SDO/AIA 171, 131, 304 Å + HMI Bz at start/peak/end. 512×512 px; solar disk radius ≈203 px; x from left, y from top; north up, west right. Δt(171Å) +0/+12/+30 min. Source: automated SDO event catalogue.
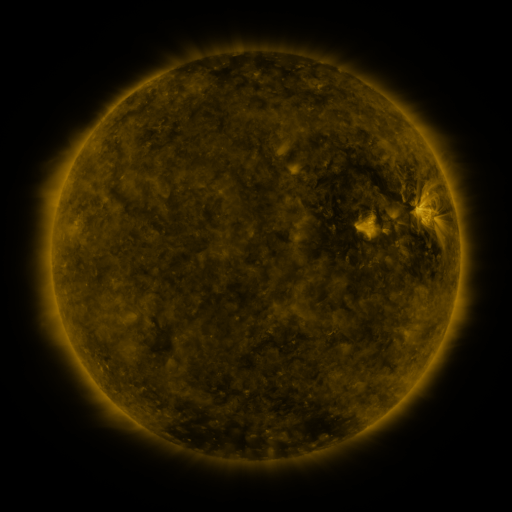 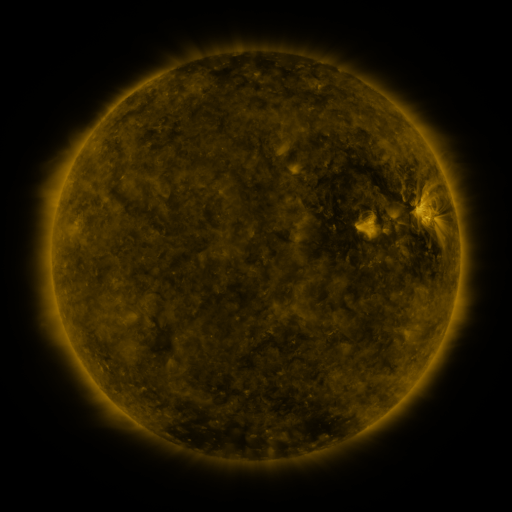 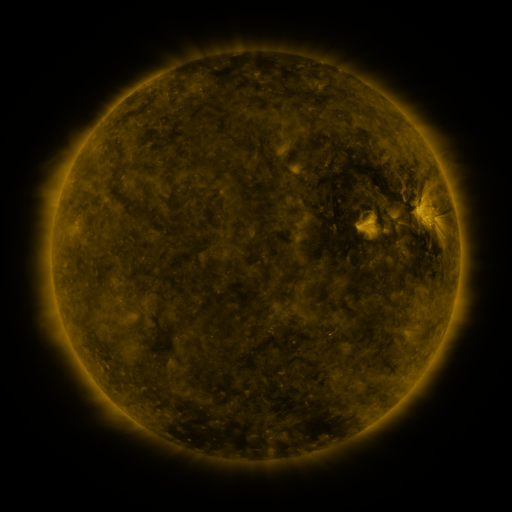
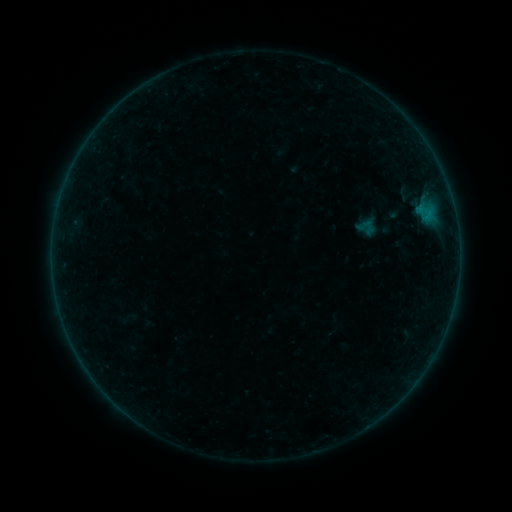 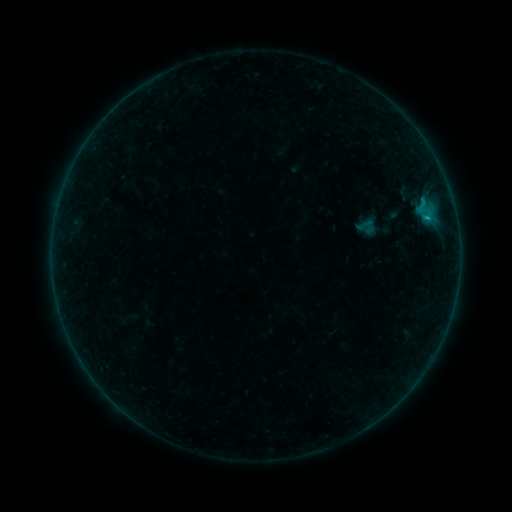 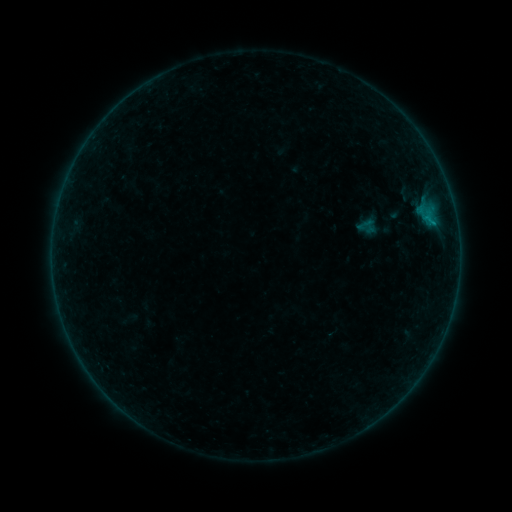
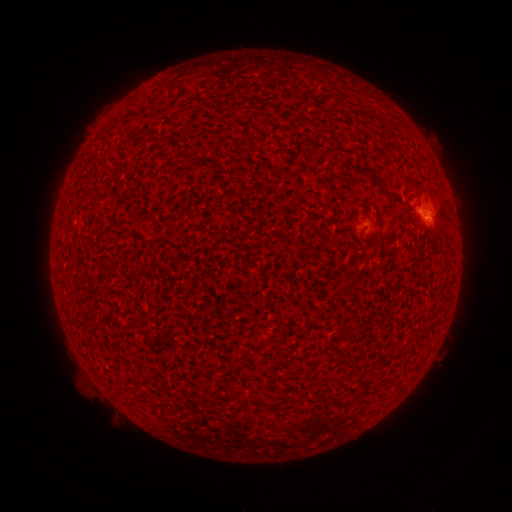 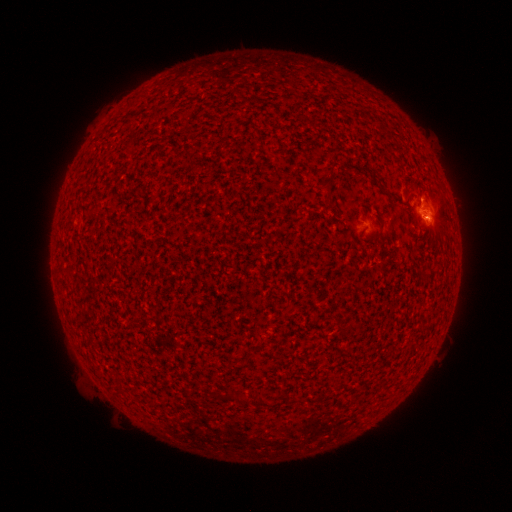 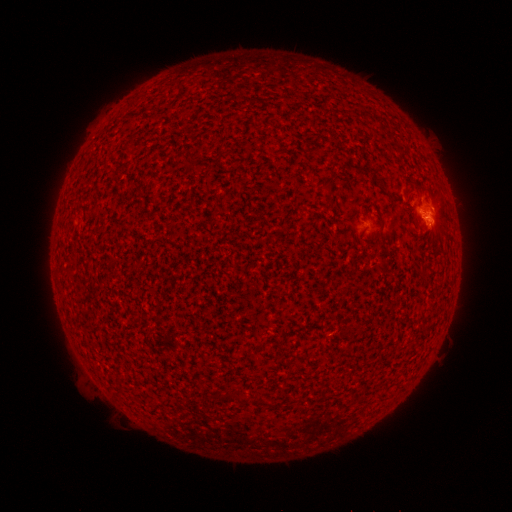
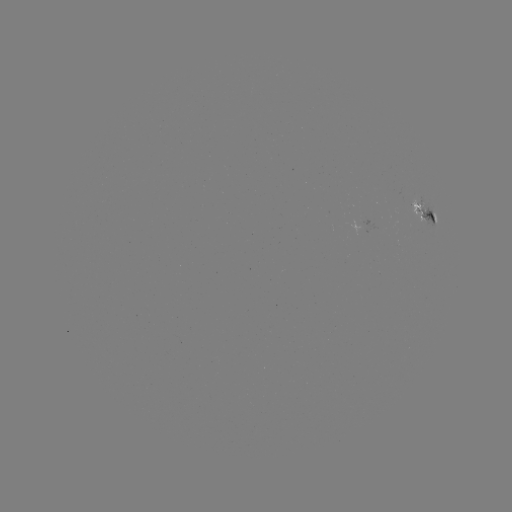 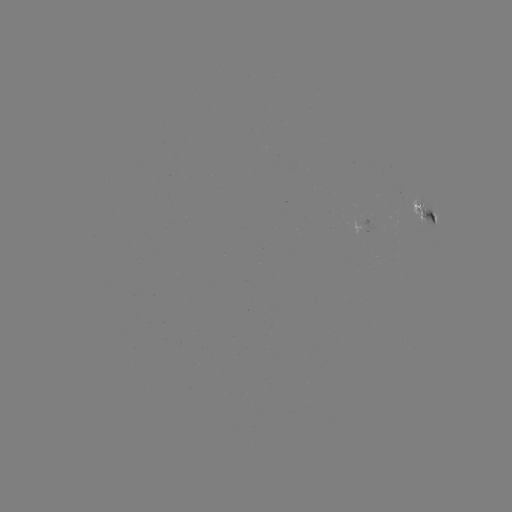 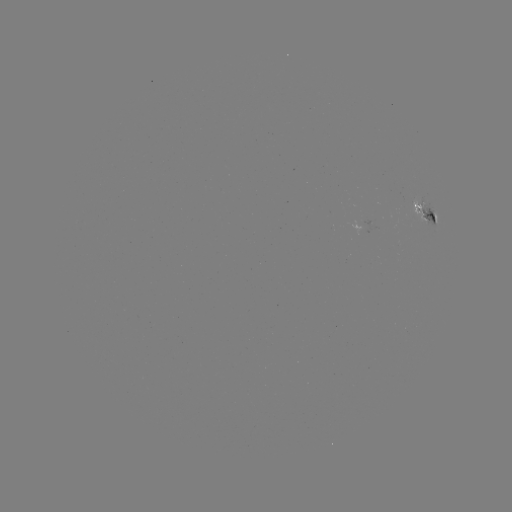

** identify B4.4 flare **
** (427, 221) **